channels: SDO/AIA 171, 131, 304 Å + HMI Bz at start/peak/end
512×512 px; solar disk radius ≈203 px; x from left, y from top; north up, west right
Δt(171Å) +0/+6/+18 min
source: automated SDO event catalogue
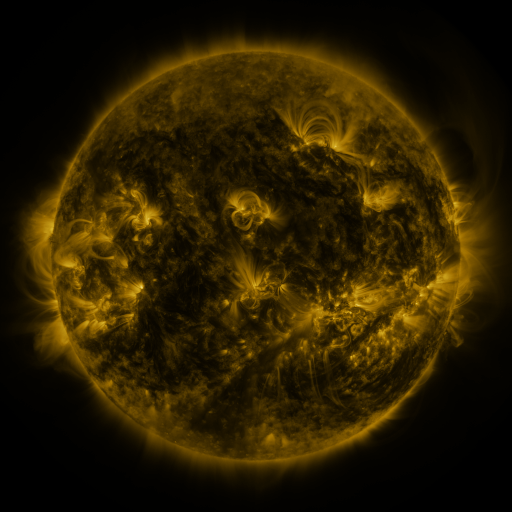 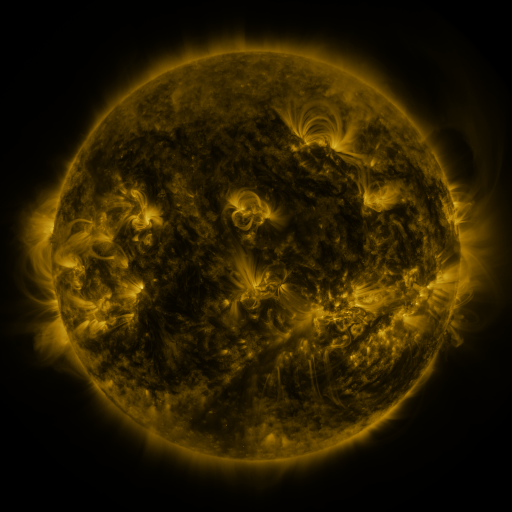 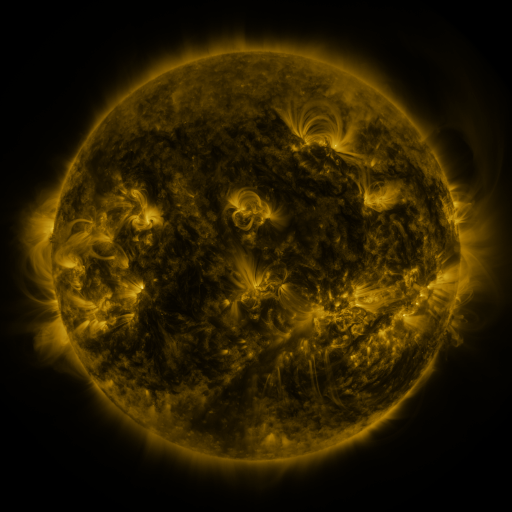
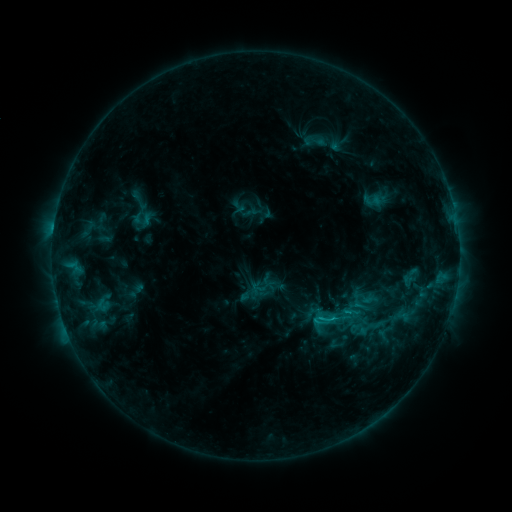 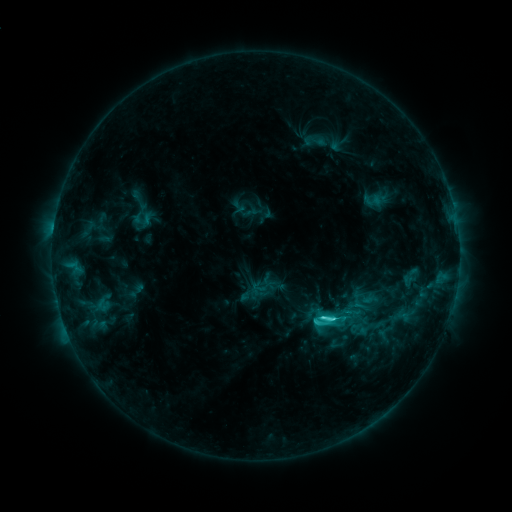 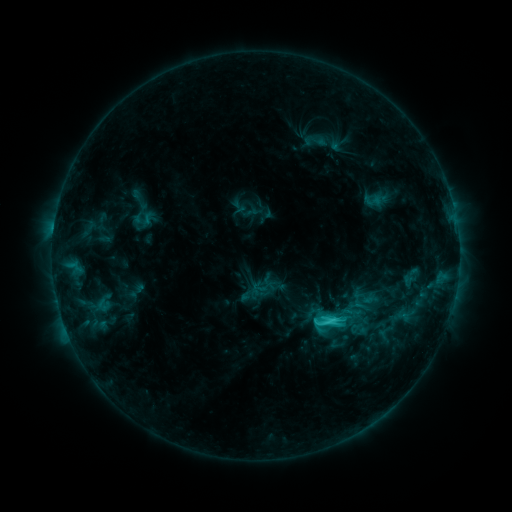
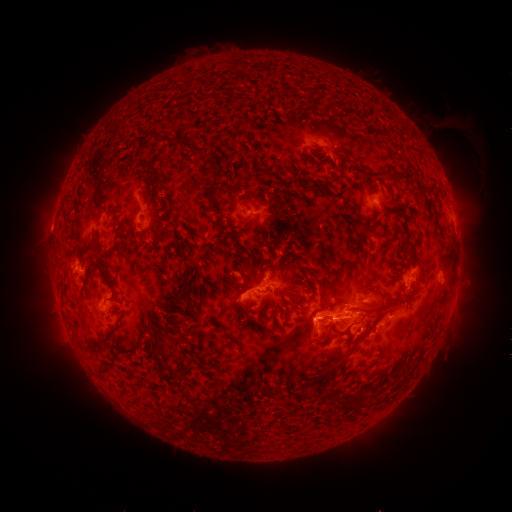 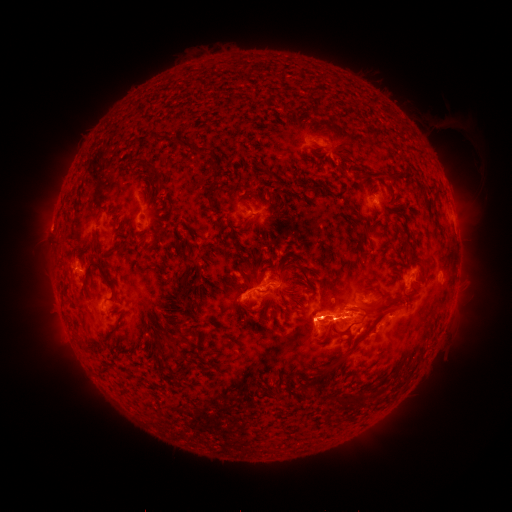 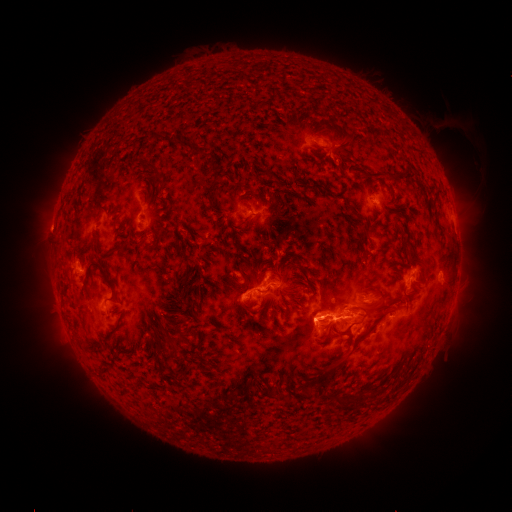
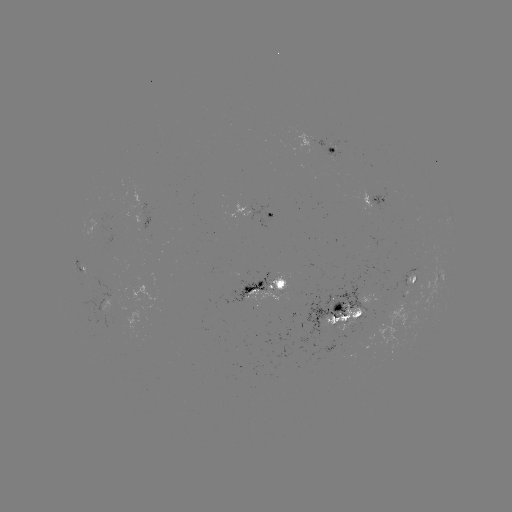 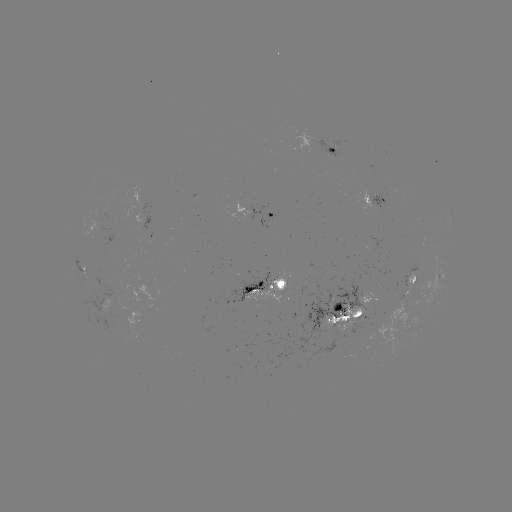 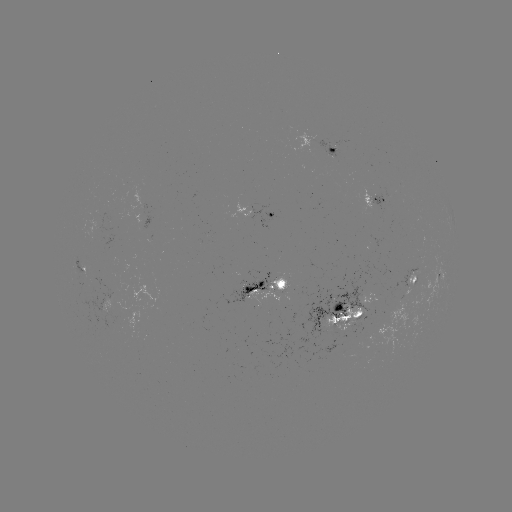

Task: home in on C5.3 flare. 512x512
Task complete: [321, 317].